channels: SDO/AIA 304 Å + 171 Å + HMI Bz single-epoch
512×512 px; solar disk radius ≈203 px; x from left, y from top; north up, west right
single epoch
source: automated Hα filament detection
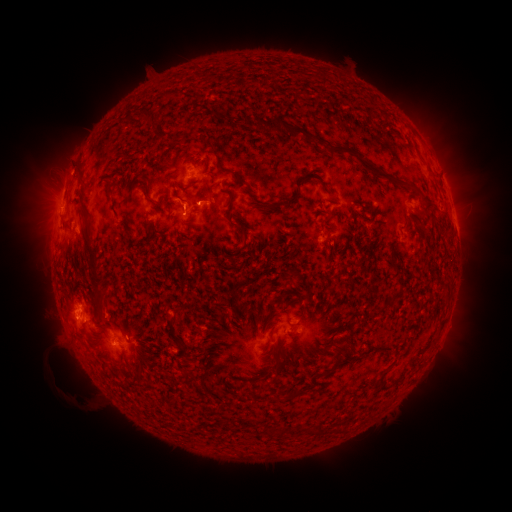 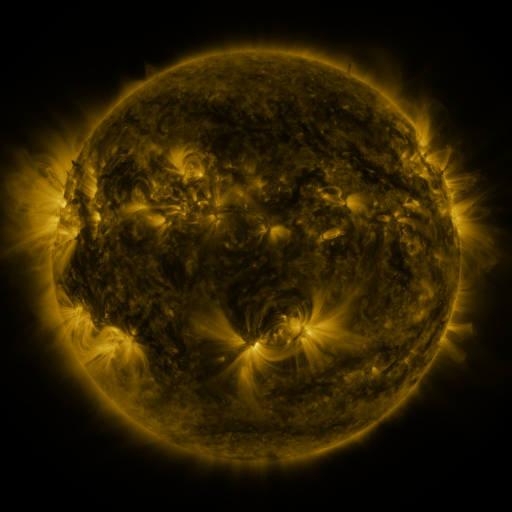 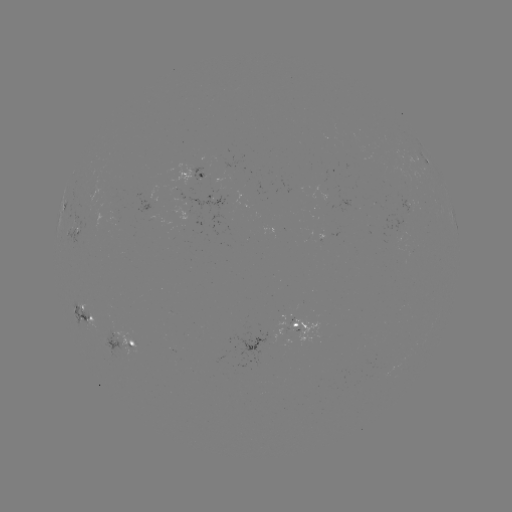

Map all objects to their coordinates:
filament: (322, 75)
filament: (168, 95)
filament: (148, 115)
filament: (291, 130)
filament: (210, 144)
filament: (366, 167)
filament: (429, 169)
filament: (80, 175)
filament: (236, 177)
filament: (322, 183)
filament: (207, 195)
filament: (272, 206)
filament: (427, 208)
filament: (162, 210)
filament: (87, 216)
filament: (244, 231)
filament: (183, 232)
filament: (341, 253)
filament: (93, 270)
filament: (397, 272)
filament: (290, 276)
filament: (330, 290)
filament: (396, 295)
filament: (180, 308)
filament: (323, 313)
filament: (173, 322)
filament: (277, 345)
filament: (341, 350)
filament: (277, 366)
filament: (203, 376)
filament: (381, 376)
filament: (273, 380)
filament: (288, 396)
filament: (278, 433)
